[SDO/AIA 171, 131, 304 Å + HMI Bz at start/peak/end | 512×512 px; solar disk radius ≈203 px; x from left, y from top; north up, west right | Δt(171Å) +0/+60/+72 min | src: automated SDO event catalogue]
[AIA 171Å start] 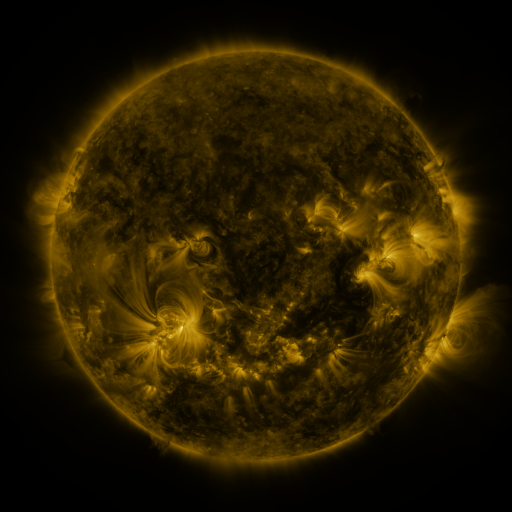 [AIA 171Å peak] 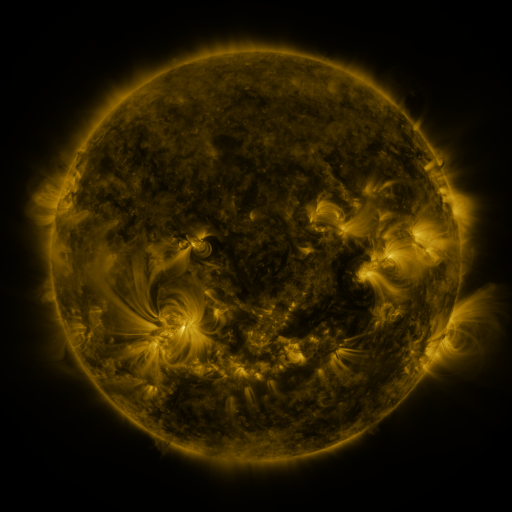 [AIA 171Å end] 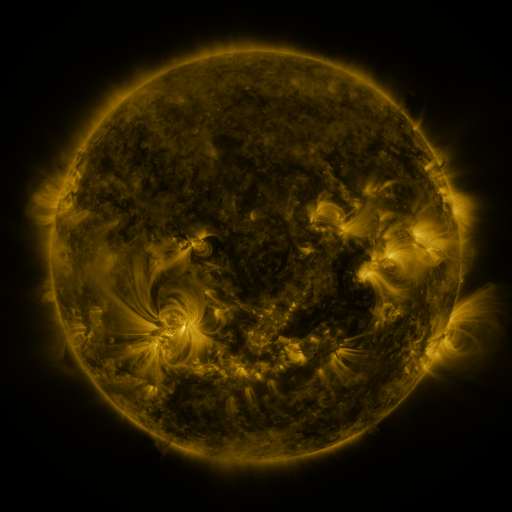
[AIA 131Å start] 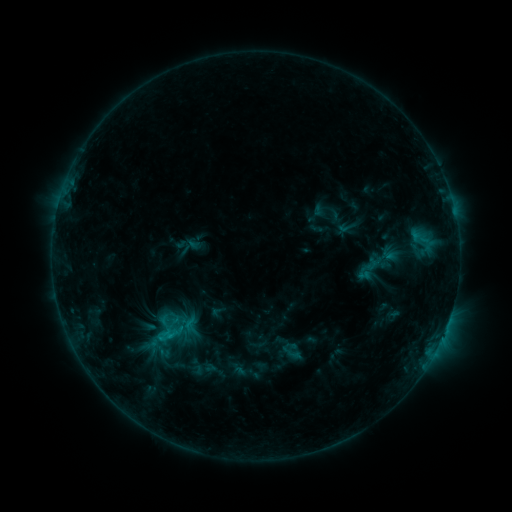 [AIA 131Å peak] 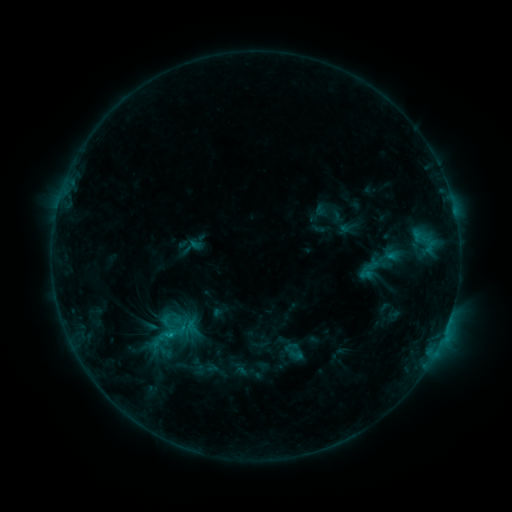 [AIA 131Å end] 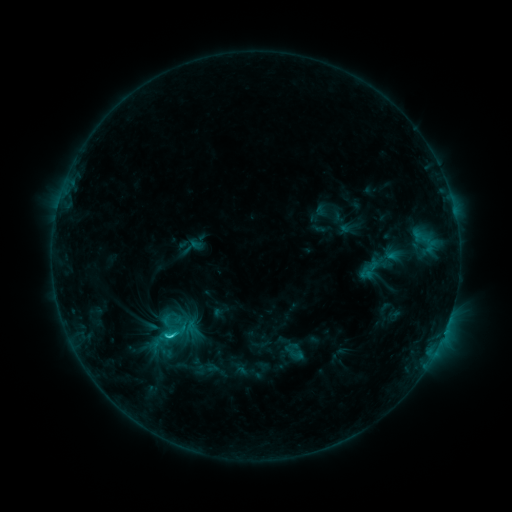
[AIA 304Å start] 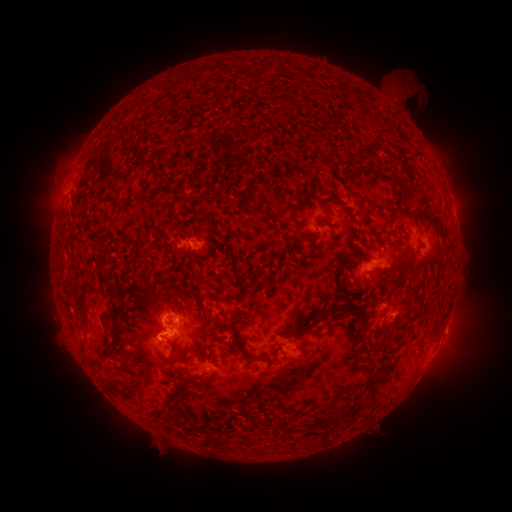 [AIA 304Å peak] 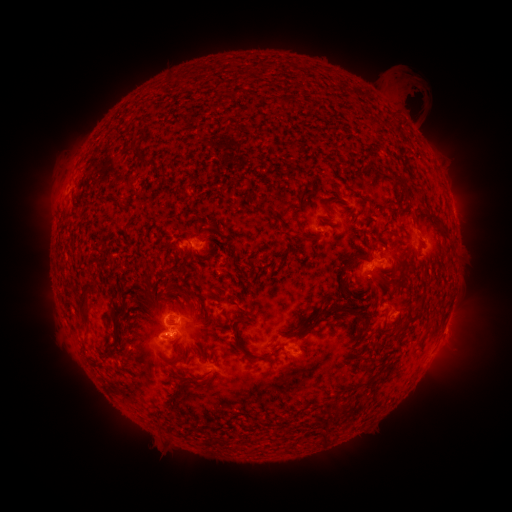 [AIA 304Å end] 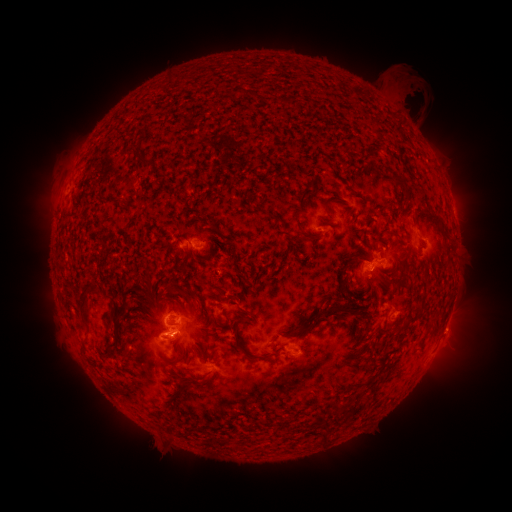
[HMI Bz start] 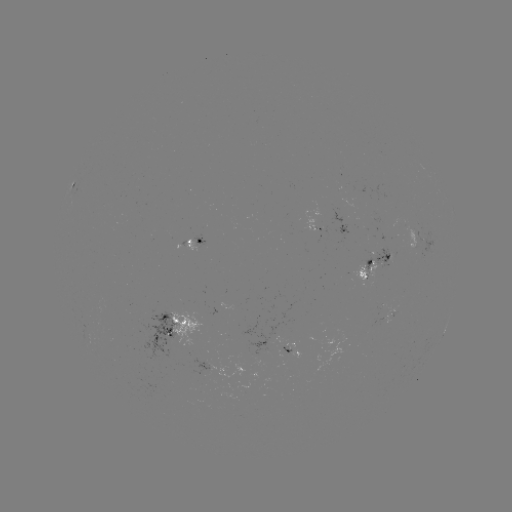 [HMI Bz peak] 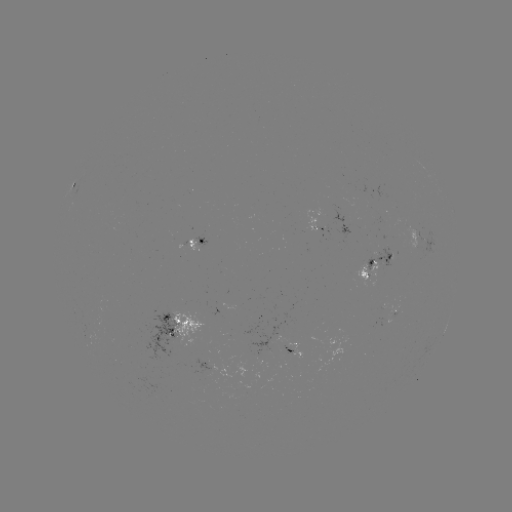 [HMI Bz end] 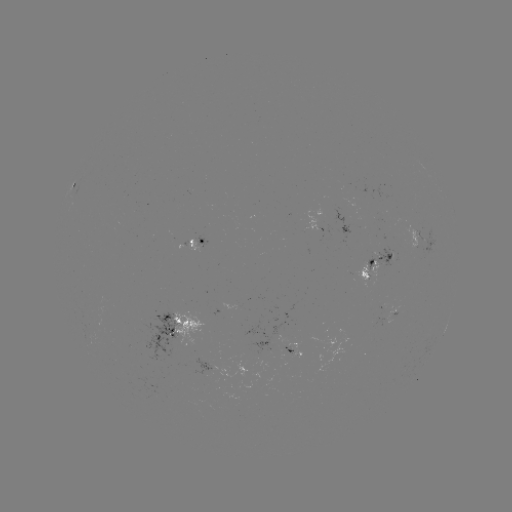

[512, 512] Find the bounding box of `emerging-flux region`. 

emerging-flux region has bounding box [373, 304, 386, 328].